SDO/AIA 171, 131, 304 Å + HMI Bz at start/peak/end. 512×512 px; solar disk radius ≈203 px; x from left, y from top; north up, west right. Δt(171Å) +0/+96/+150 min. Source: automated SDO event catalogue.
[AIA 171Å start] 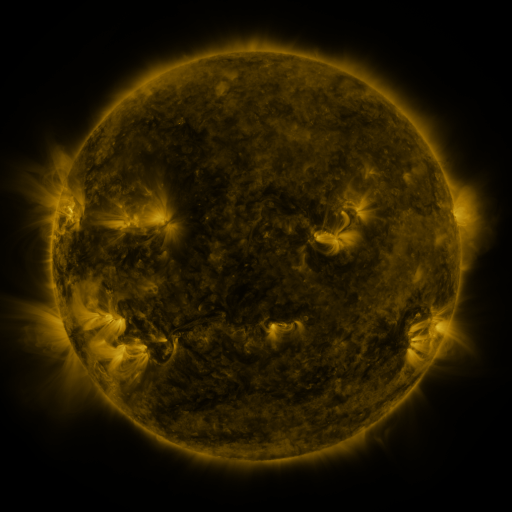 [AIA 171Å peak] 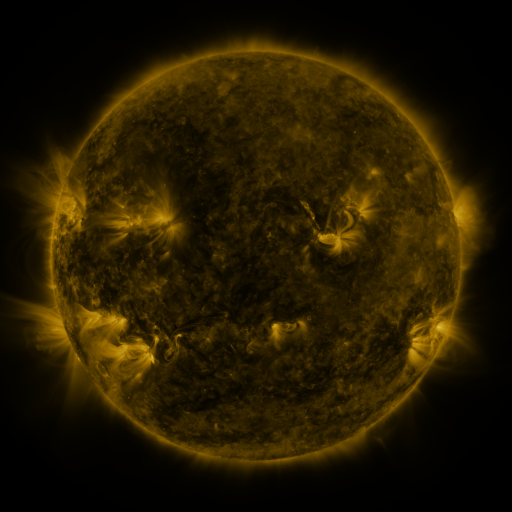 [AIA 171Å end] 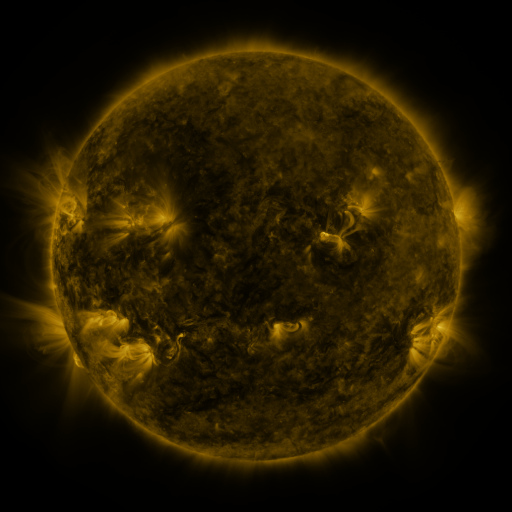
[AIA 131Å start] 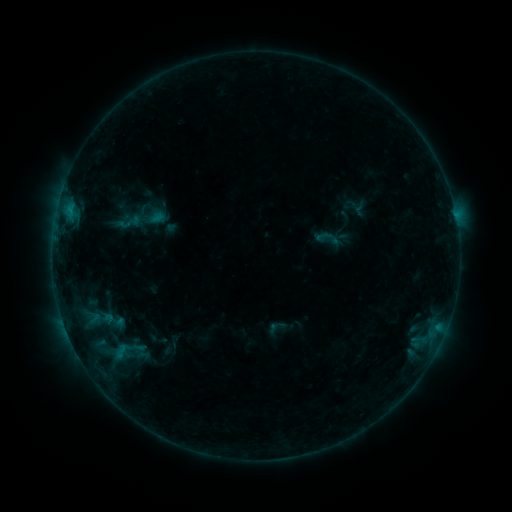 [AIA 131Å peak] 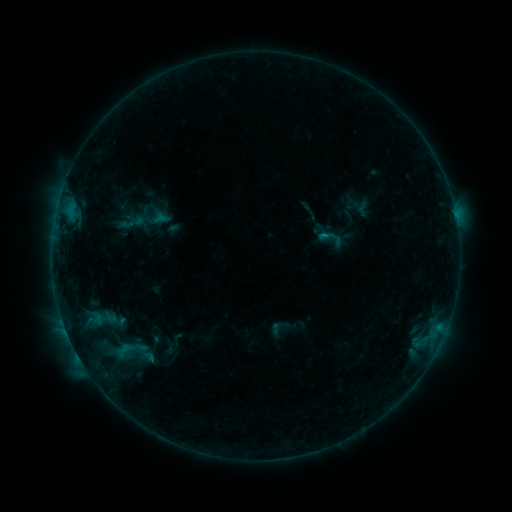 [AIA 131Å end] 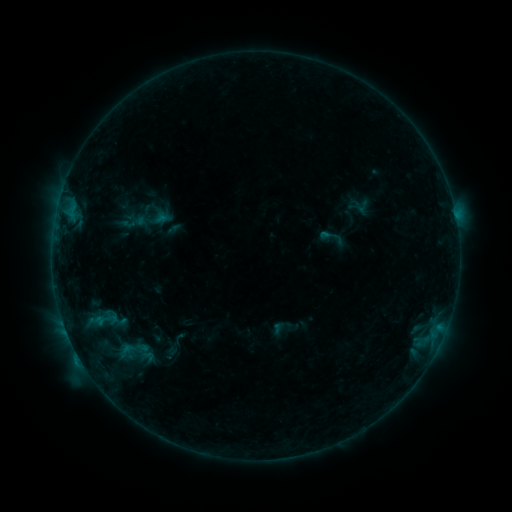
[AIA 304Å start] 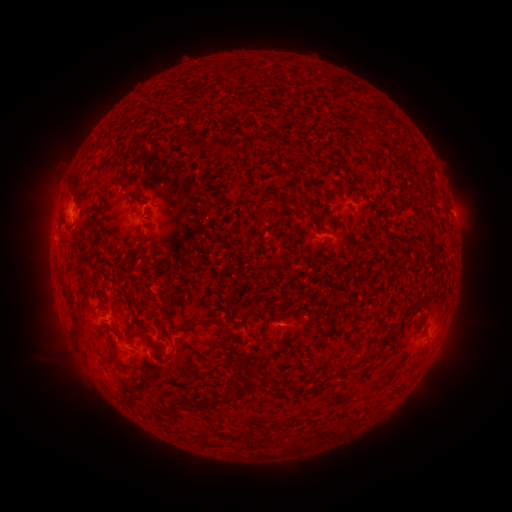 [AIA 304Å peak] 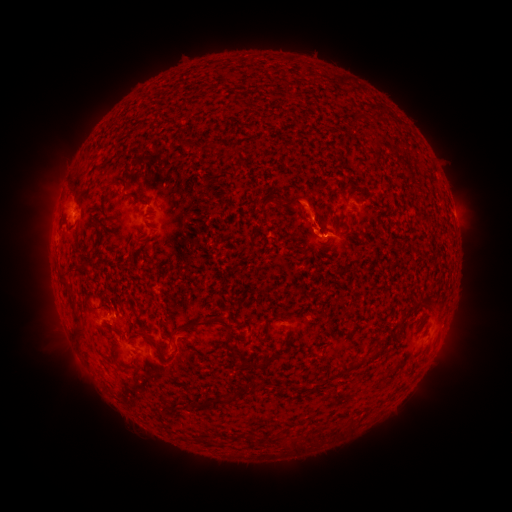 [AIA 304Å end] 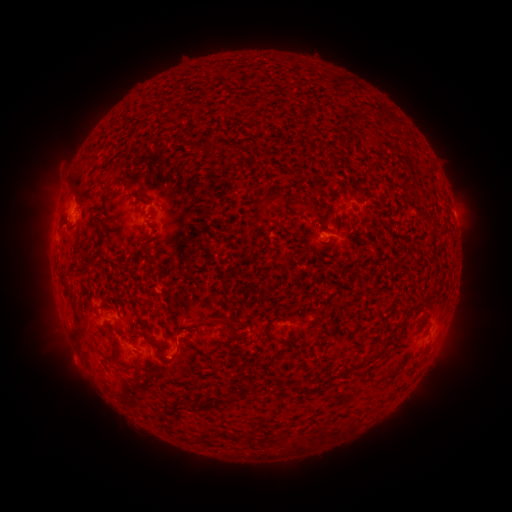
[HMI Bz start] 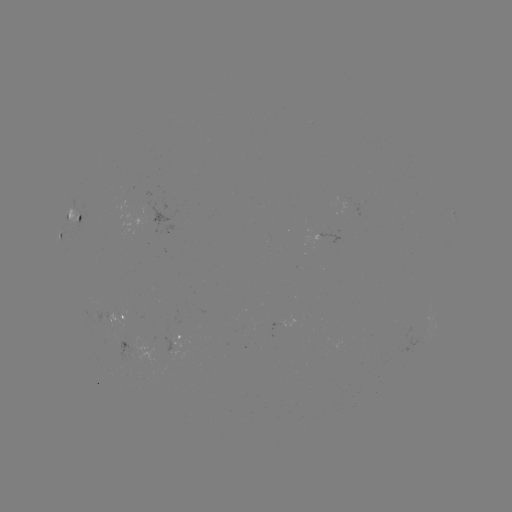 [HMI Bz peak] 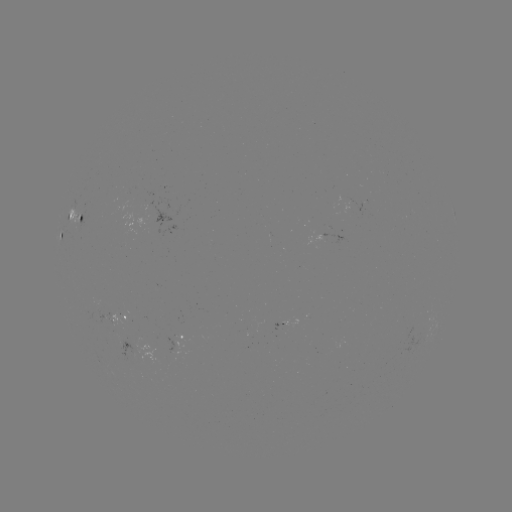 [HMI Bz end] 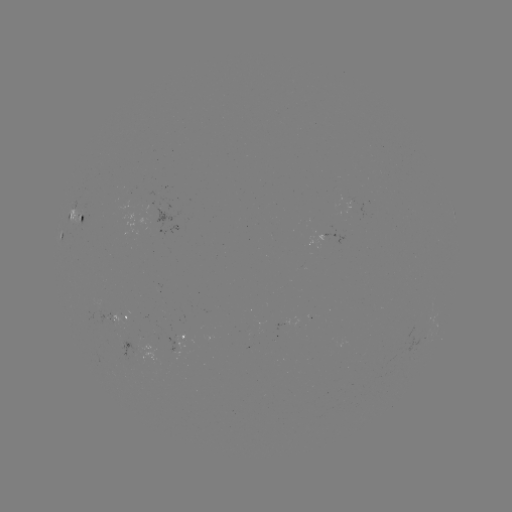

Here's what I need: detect C1.0 flare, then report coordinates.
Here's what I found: C1.0 flare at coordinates [321, 239].